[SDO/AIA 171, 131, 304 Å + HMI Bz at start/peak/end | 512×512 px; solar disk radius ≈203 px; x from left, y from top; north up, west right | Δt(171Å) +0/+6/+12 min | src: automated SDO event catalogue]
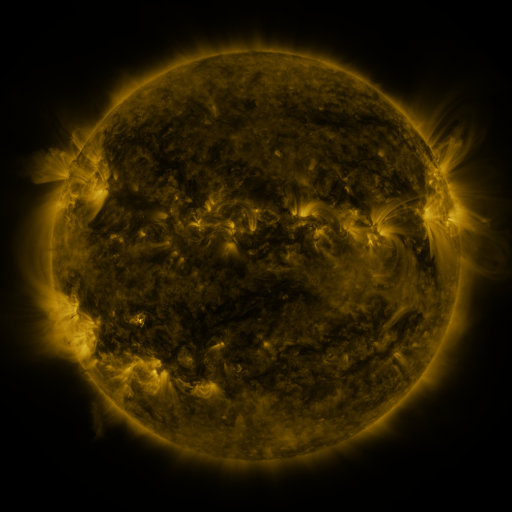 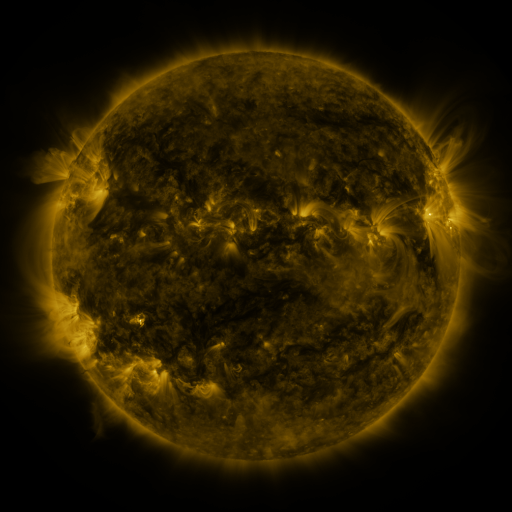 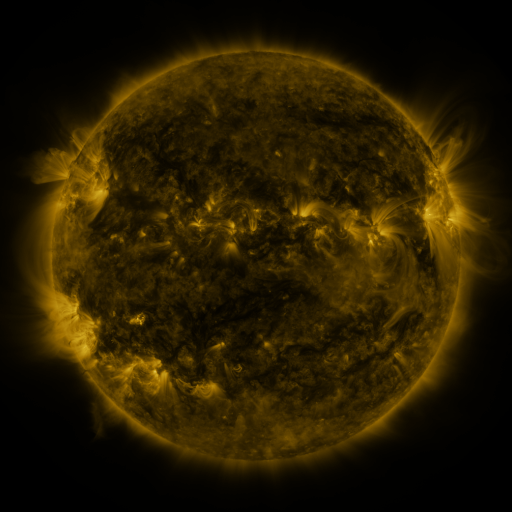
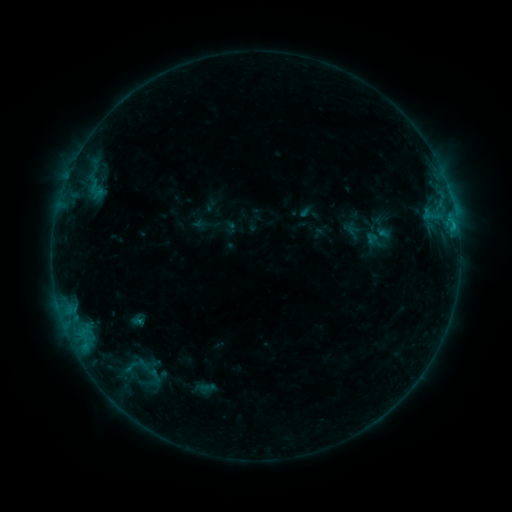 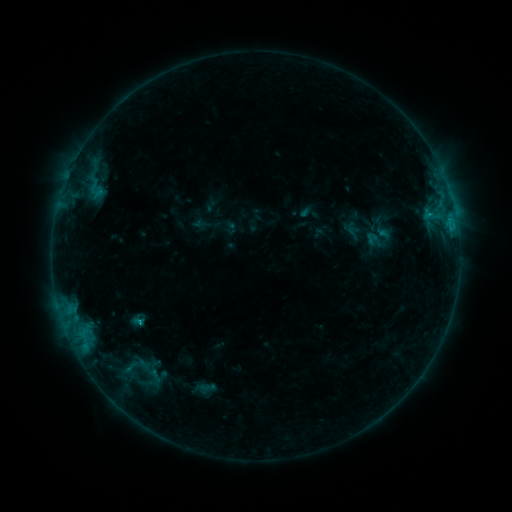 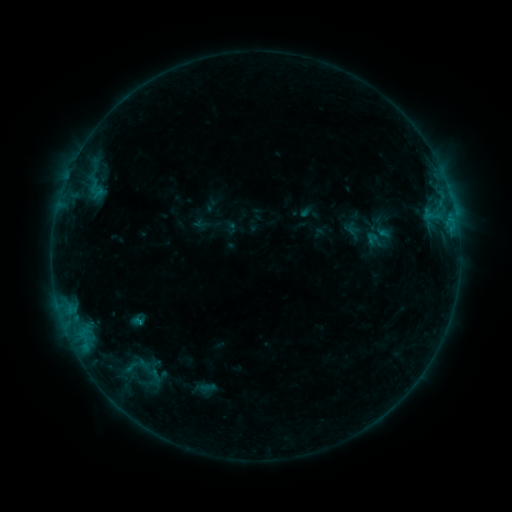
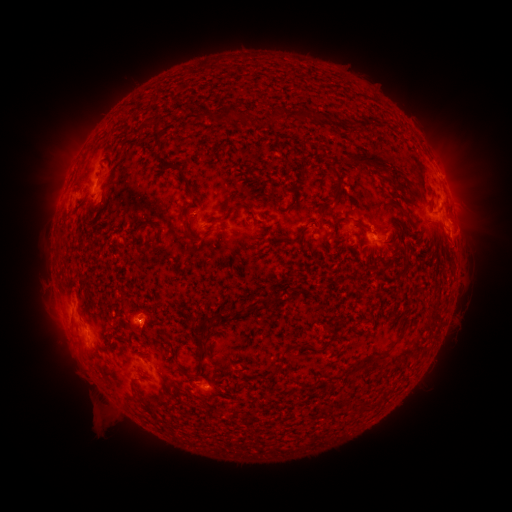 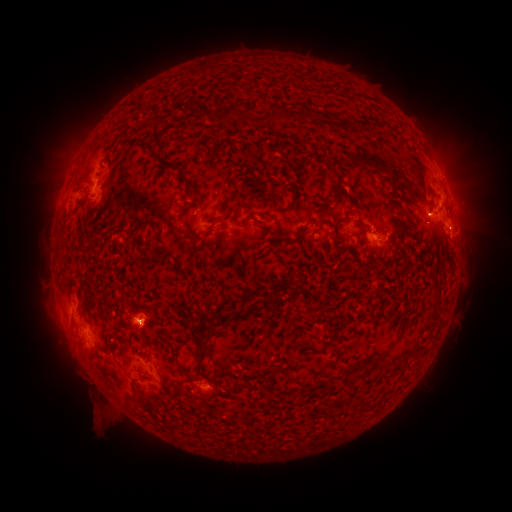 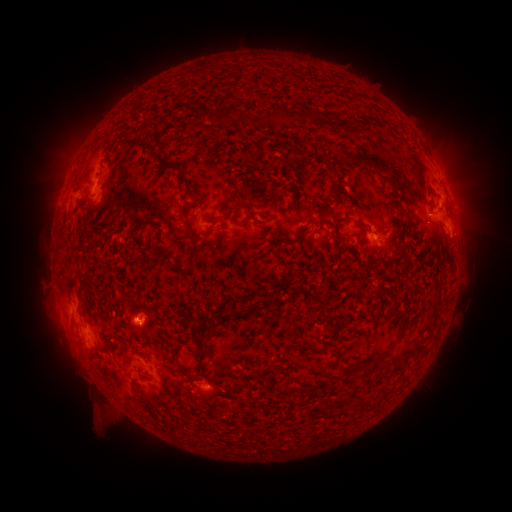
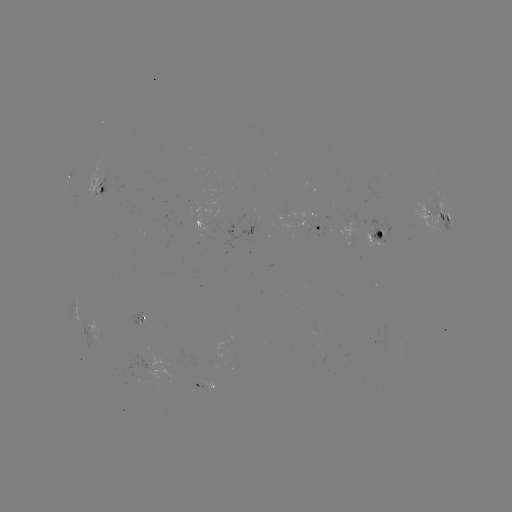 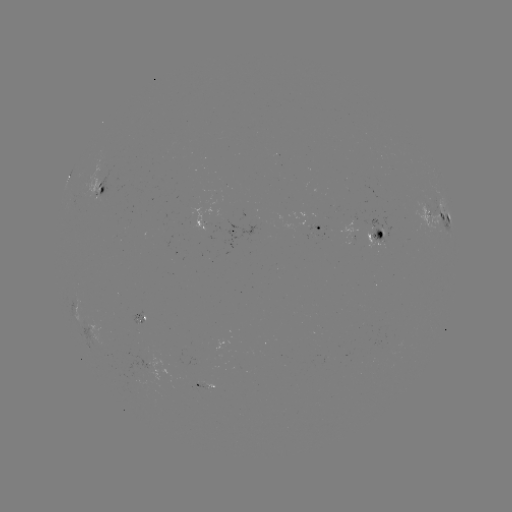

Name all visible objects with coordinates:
eruption: (465, 230)
